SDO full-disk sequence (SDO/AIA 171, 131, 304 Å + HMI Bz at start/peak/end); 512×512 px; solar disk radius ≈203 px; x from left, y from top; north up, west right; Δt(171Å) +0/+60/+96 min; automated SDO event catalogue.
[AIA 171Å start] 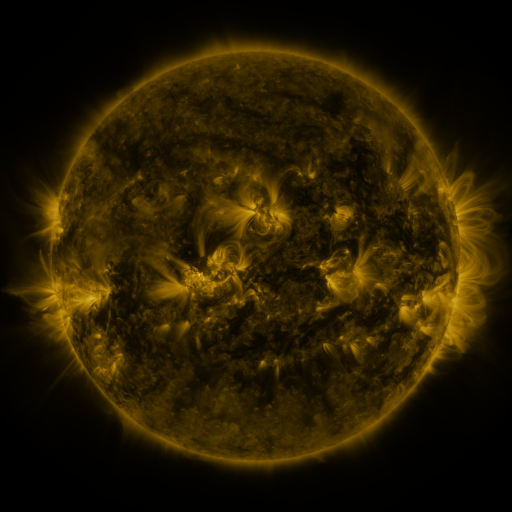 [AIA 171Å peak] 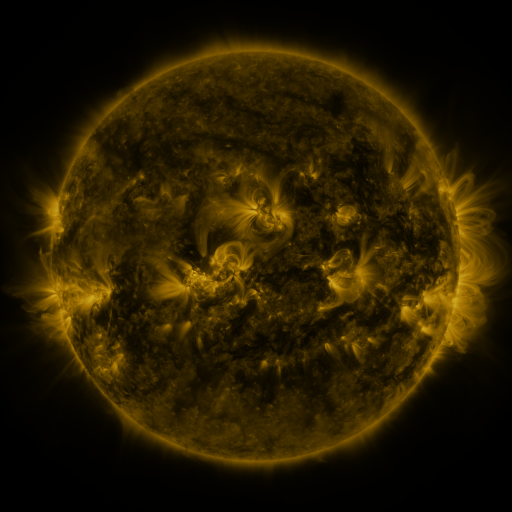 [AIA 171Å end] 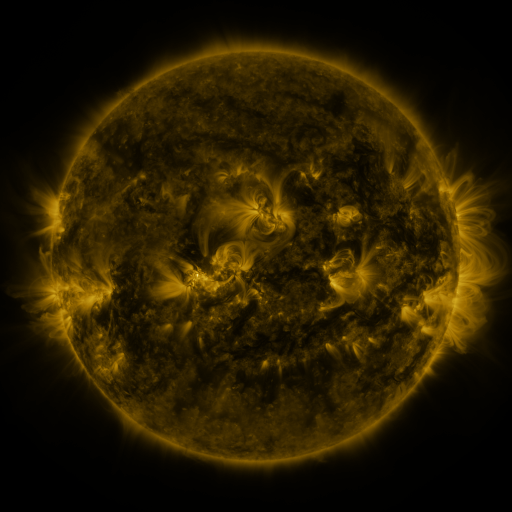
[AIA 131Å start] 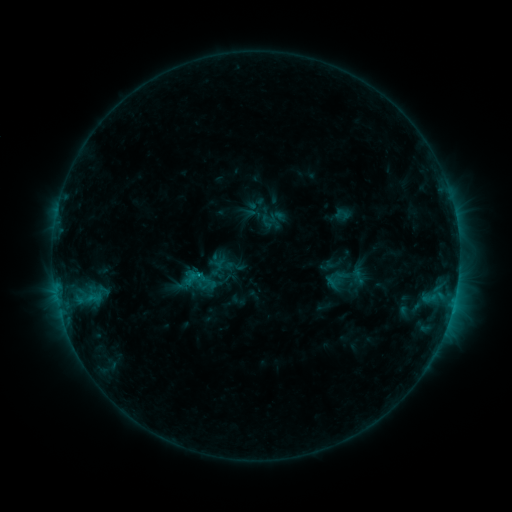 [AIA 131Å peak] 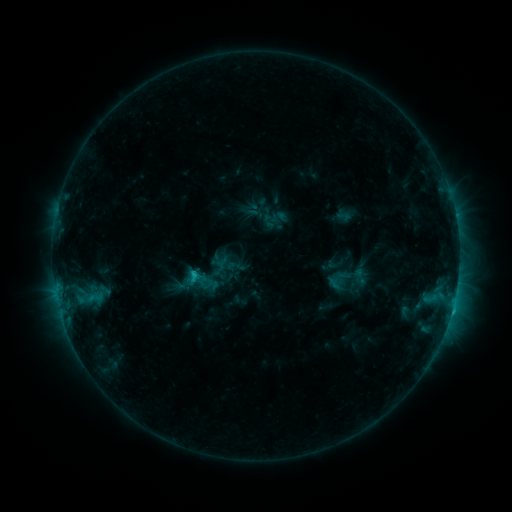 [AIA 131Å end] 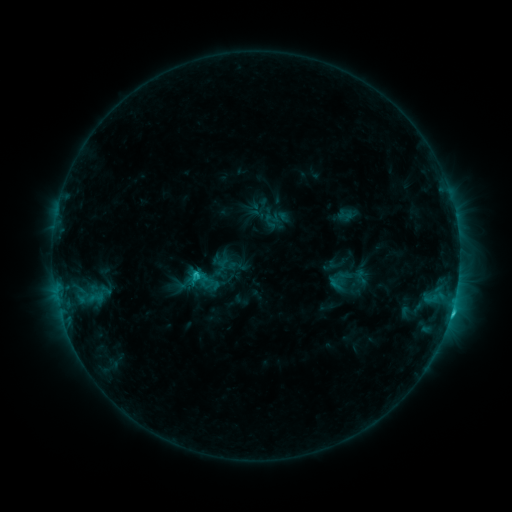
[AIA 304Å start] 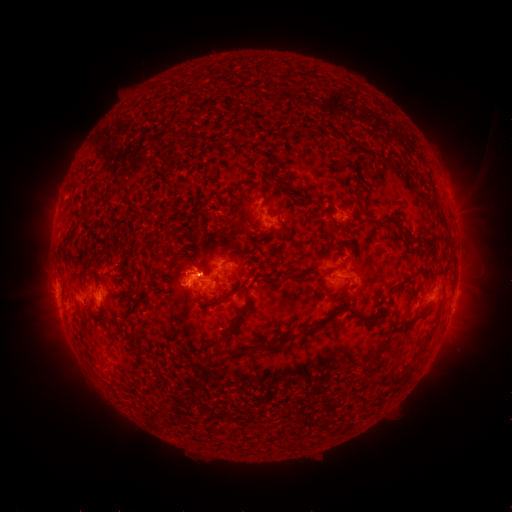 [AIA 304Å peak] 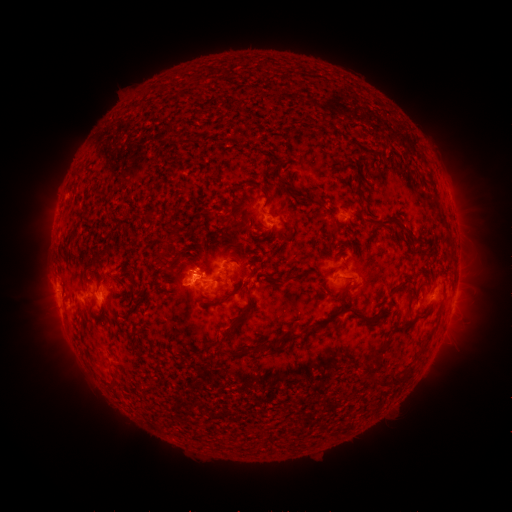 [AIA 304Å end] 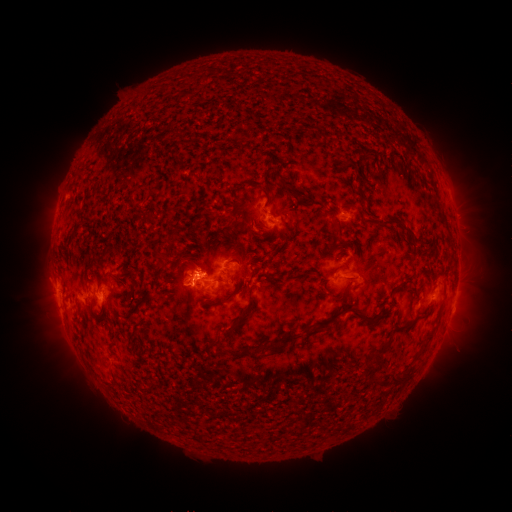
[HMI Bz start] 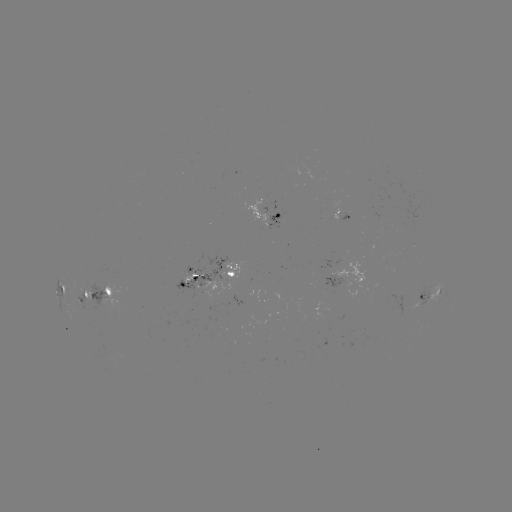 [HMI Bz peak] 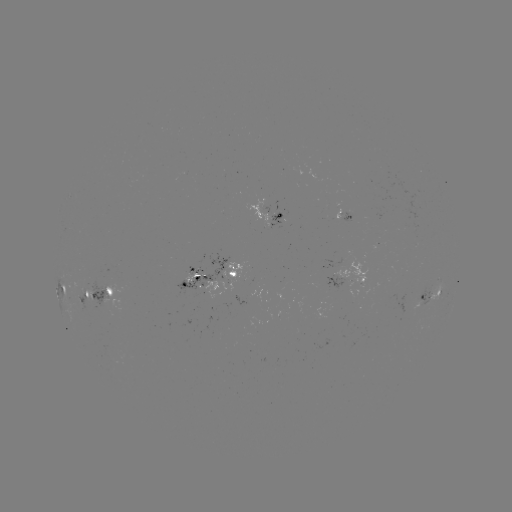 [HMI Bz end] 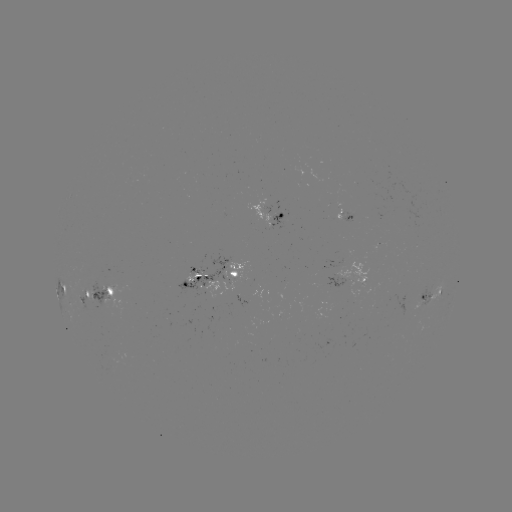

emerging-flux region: [271, 202, 278, 215]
